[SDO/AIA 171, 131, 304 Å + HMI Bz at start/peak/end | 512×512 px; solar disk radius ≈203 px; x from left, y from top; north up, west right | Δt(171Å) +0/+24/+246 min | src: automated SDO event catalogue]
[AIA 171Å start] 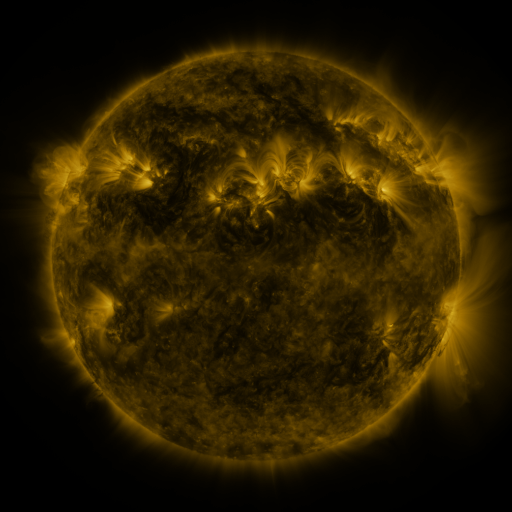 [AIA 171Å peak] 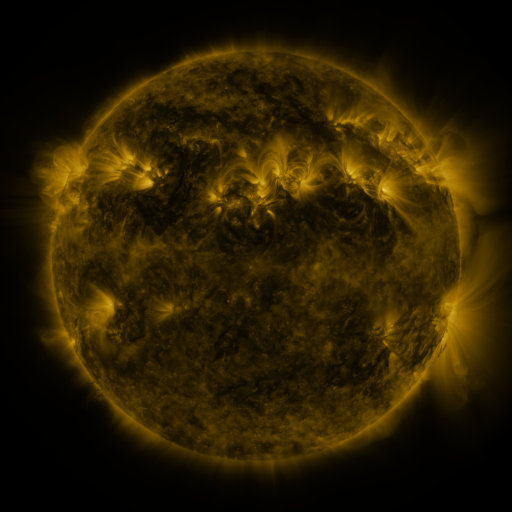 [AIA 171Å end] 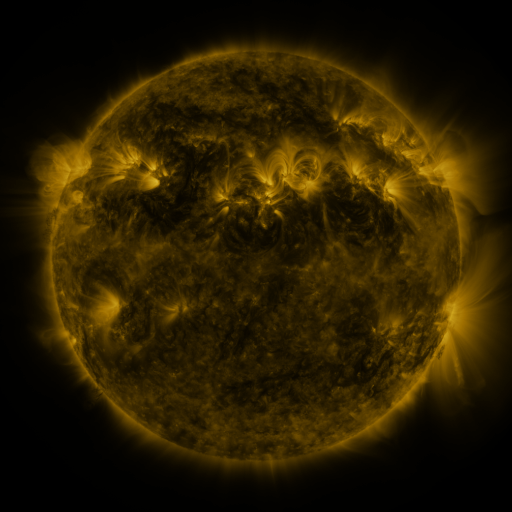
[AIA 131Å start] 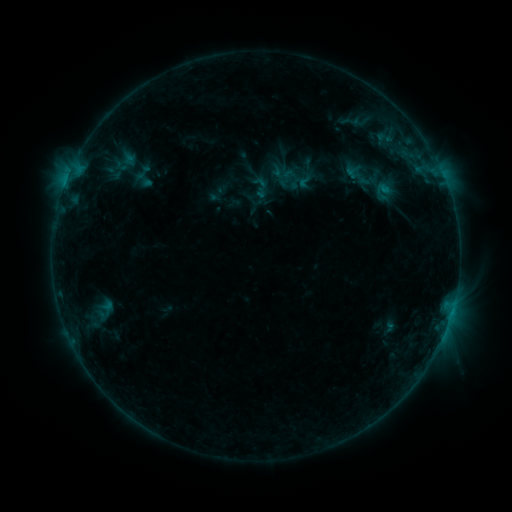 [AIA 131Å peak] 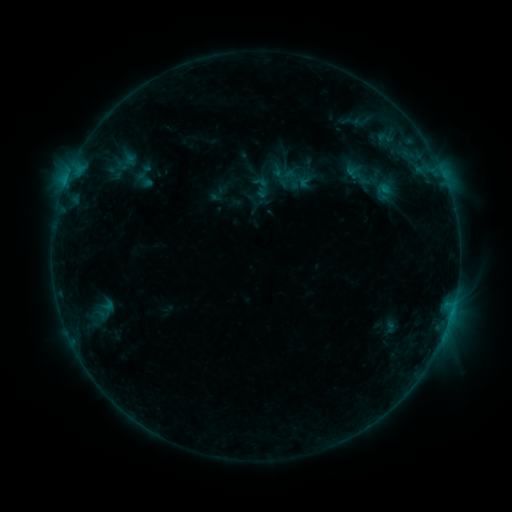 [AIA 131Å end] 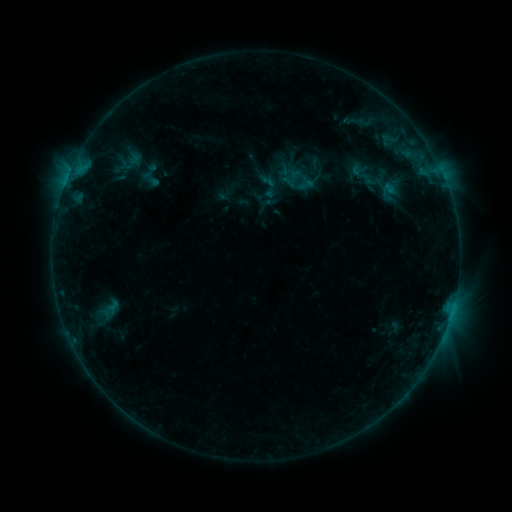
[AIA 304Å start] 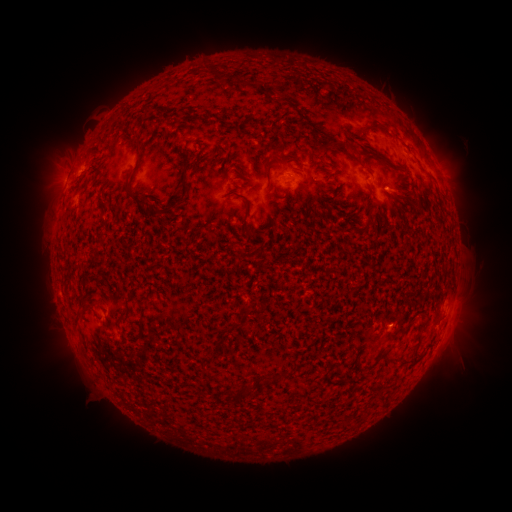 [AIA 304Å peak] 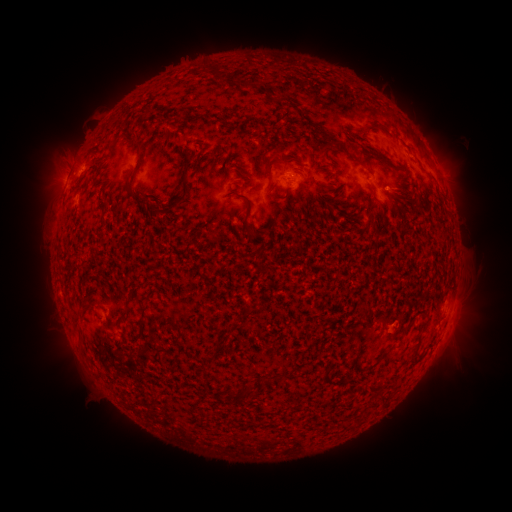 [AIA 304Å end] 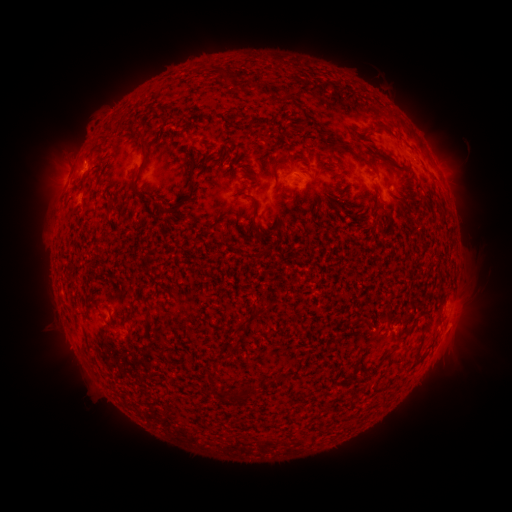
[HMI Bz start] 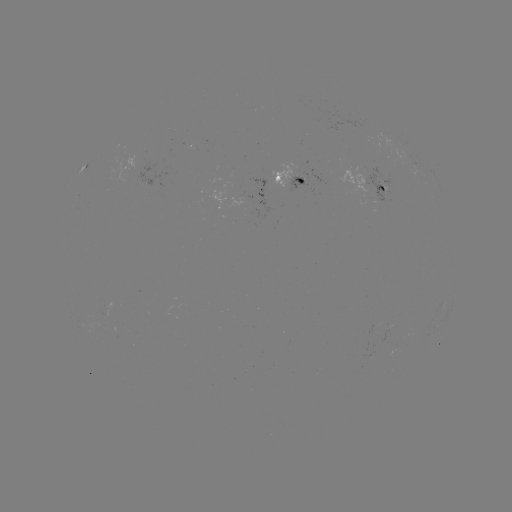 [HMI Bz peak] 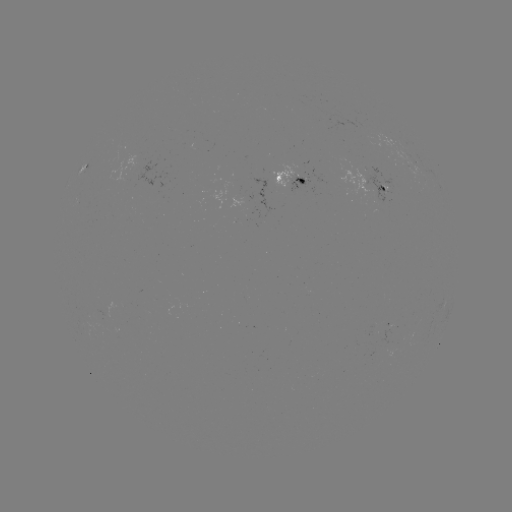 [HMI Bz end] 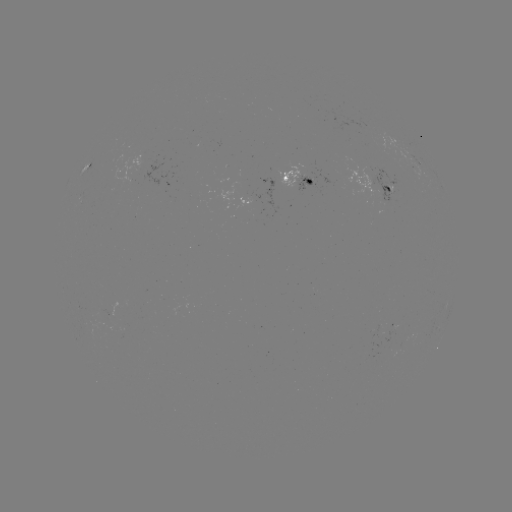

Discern emerging-flux region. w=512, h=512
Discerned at (298, 178).